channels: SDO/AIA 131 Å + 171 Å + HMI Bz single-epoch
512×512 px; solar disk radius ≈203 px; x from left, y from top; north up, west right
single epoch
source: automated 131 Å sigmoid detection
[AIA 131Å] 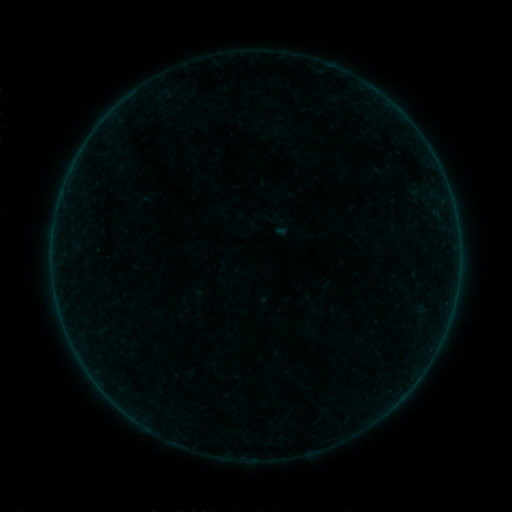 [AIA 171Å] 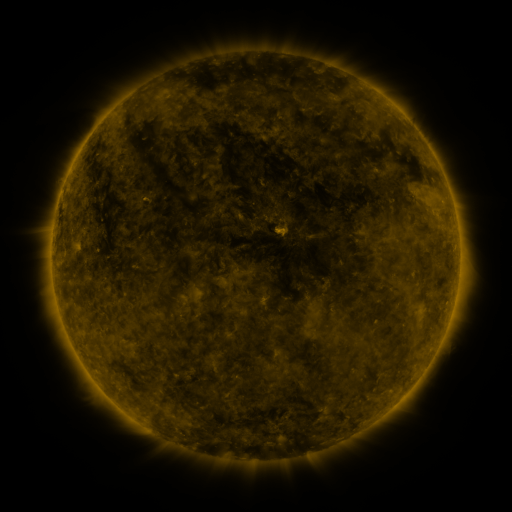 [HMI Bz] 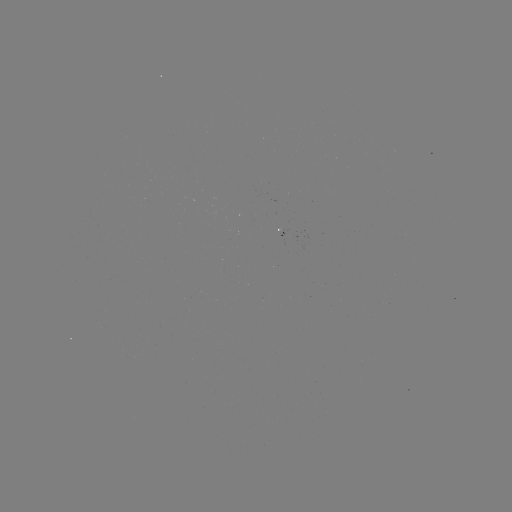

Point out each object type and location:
sigmoid: (265, 211, 294, 239)
